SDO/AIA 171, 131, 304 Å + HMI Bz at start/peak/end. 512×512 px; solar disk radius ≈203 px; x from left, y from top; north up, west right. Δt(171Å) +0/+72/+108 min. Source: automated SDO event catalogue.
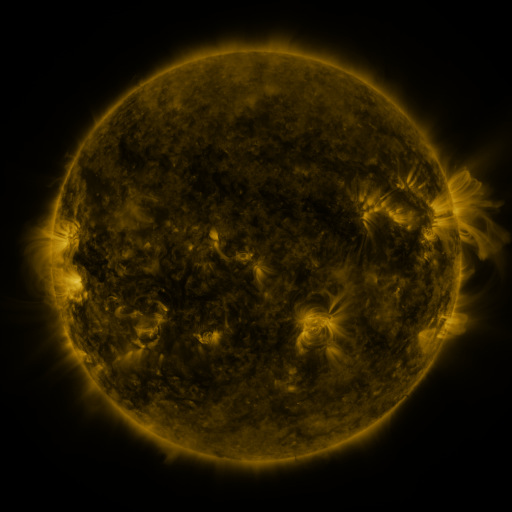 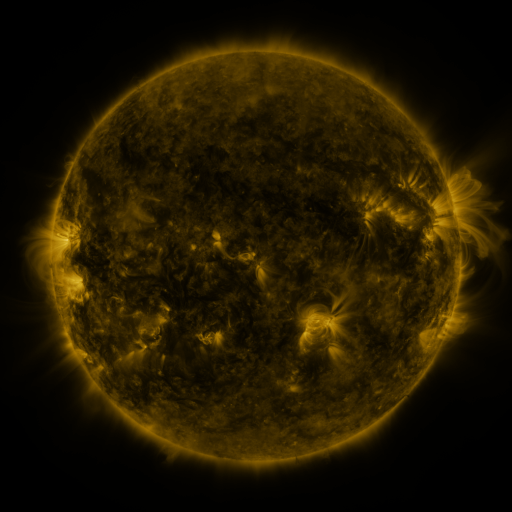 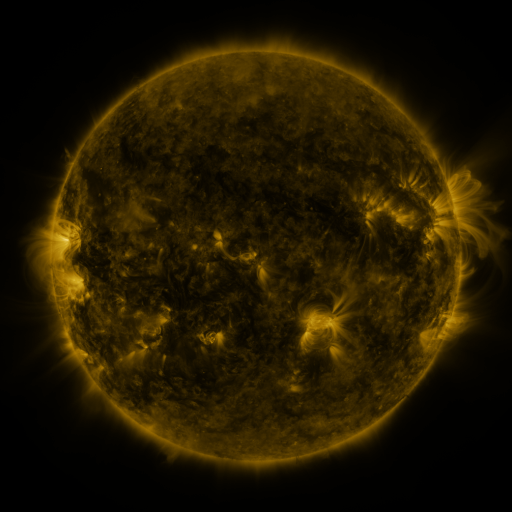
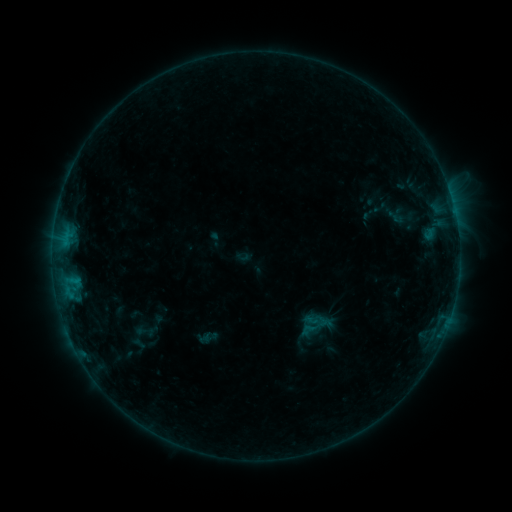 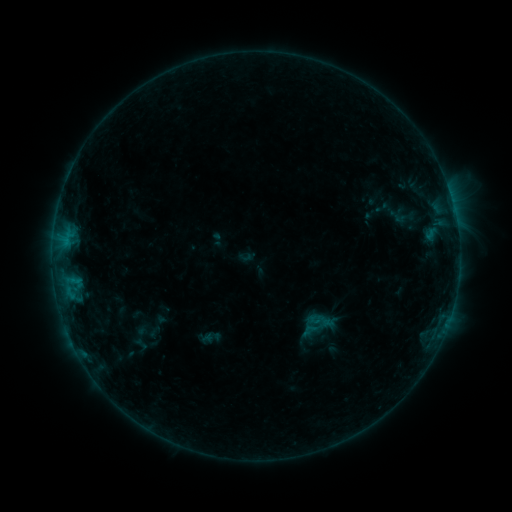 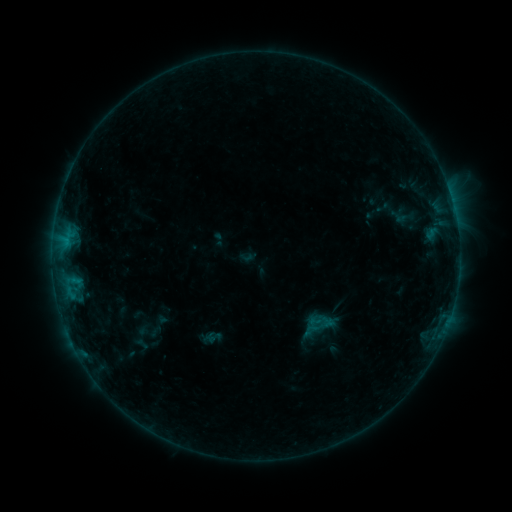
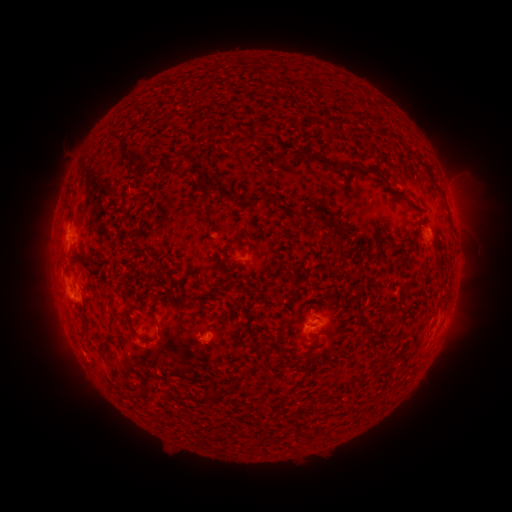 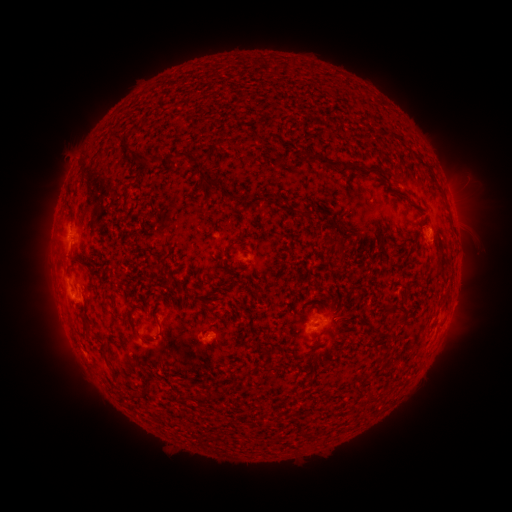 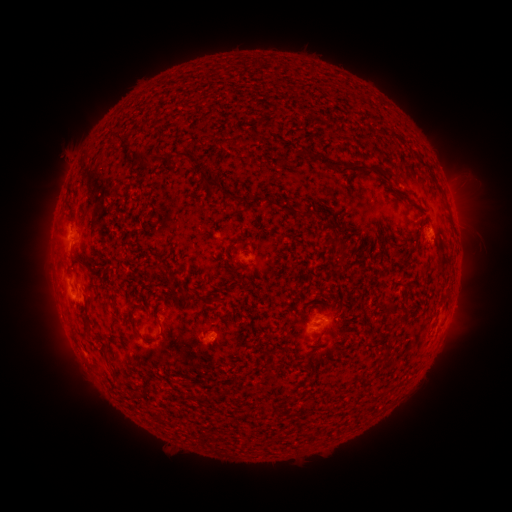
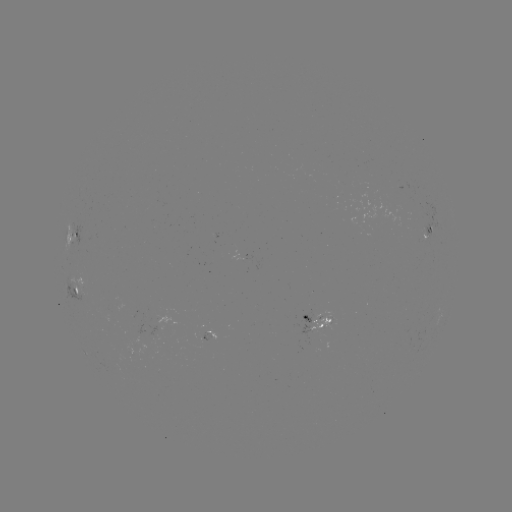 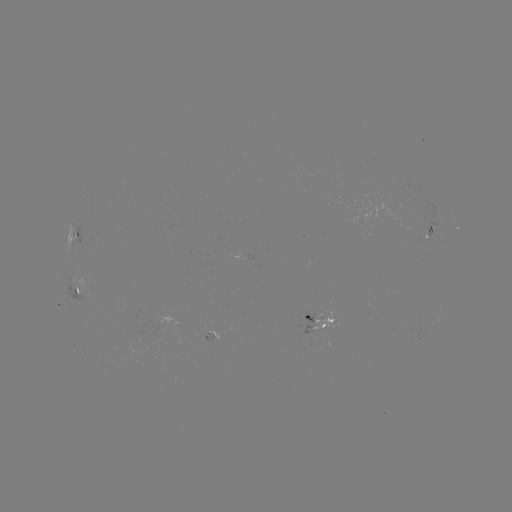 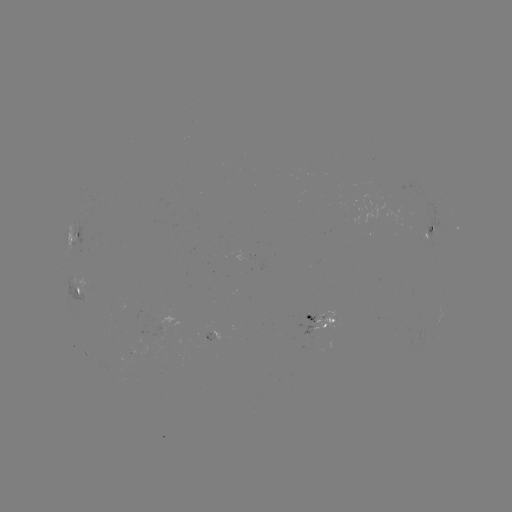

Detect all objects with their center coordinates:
emerging-flux region: (204, 336)
